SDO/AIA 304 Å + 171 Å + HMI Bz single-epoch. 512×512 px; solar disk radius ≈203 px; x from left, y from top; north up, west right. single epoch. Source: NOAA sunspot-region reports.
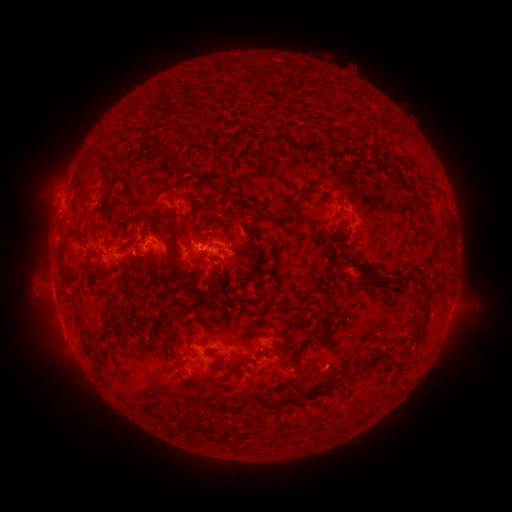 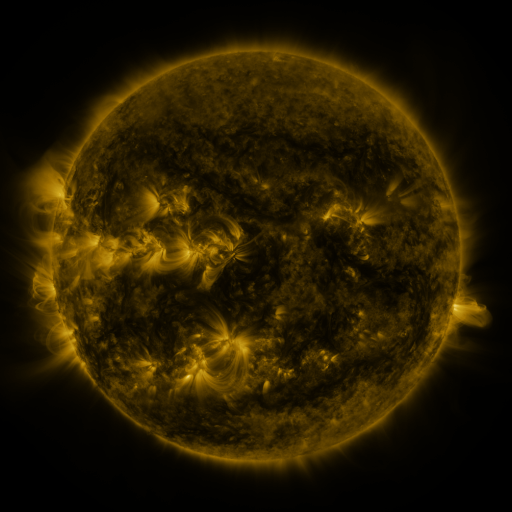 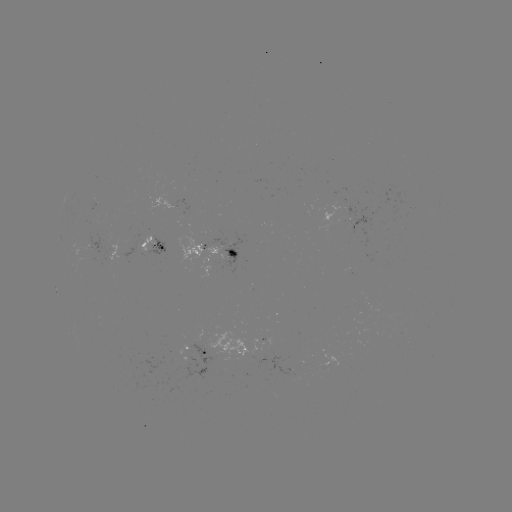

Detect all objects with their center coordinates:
spotted active region: (155, 249)
spotted active region: (217, 251)
spotted active region: (200, 353)
